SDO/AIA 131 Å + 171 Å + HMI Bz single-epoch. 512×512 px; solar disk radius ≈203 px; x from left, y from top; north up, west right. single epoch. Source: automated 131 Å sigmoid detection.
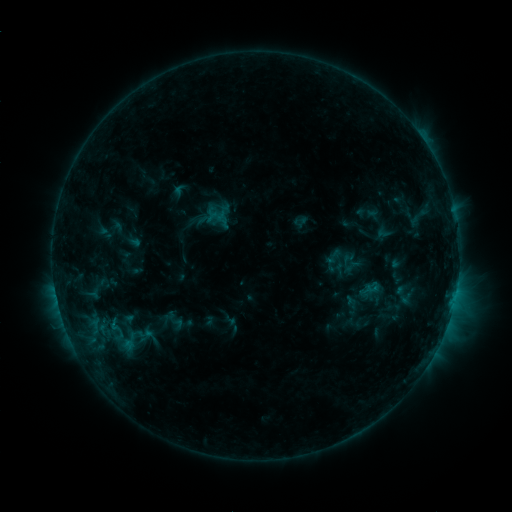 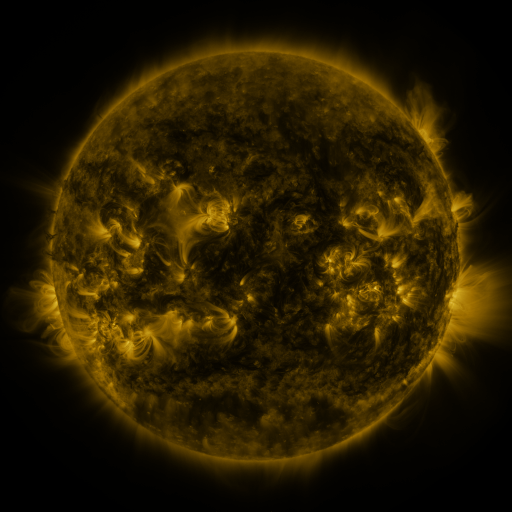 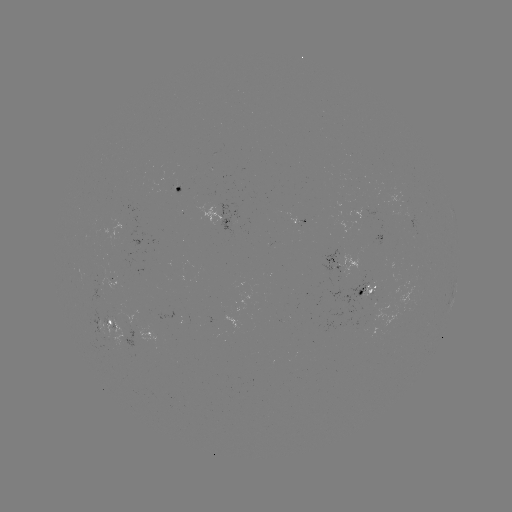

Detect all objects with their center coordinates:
sigmoid: [358, 264, 413, 323]
sigmoid: [96, 317, 136, 342]
